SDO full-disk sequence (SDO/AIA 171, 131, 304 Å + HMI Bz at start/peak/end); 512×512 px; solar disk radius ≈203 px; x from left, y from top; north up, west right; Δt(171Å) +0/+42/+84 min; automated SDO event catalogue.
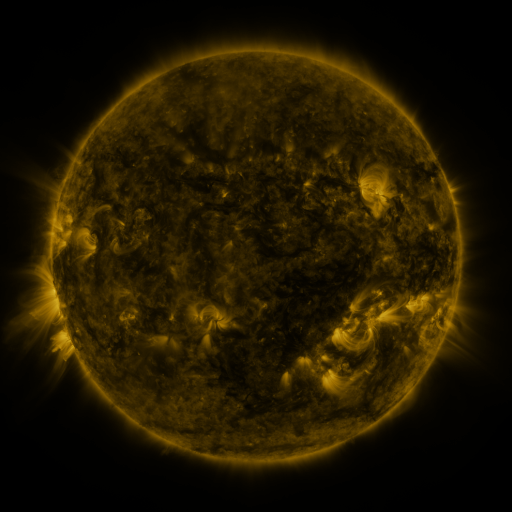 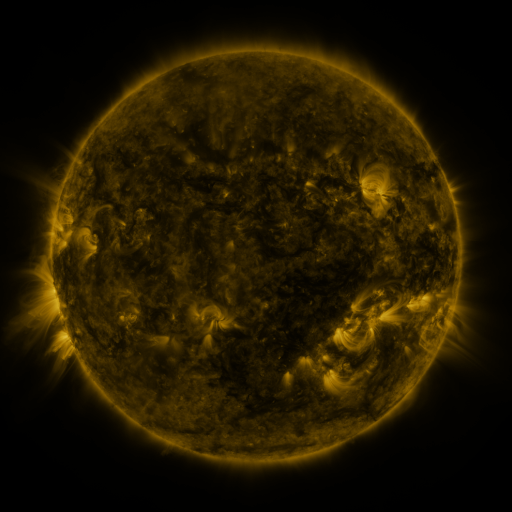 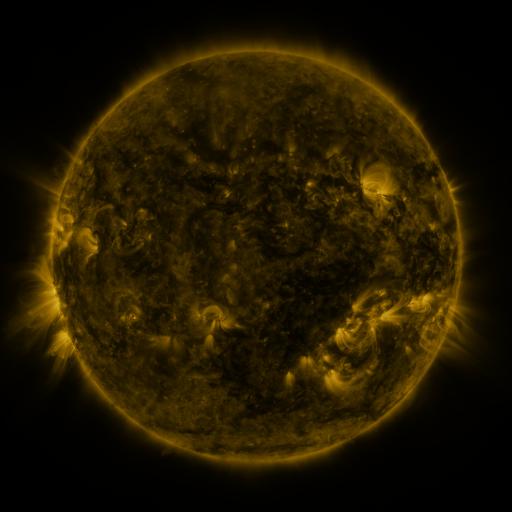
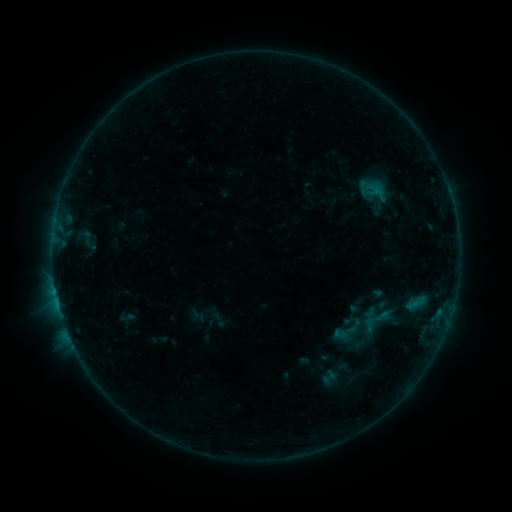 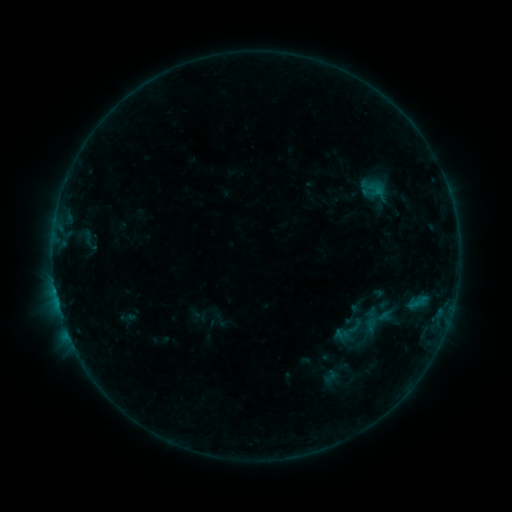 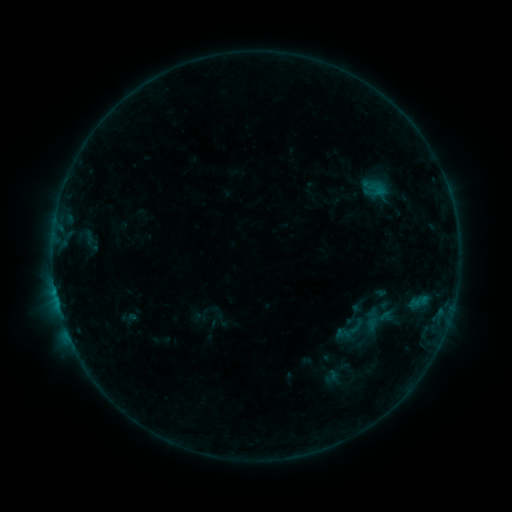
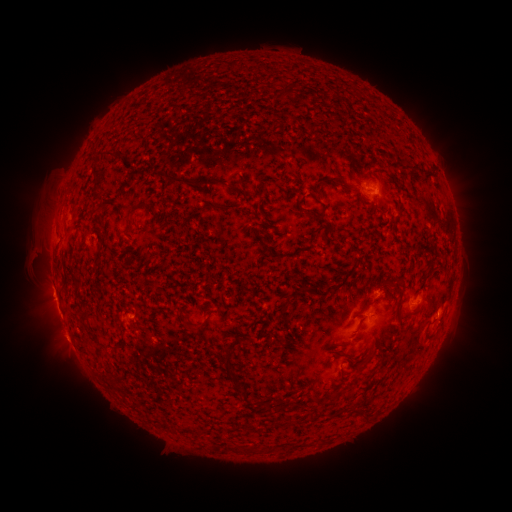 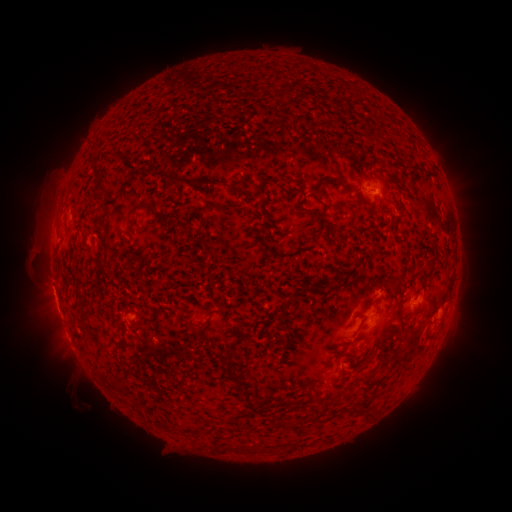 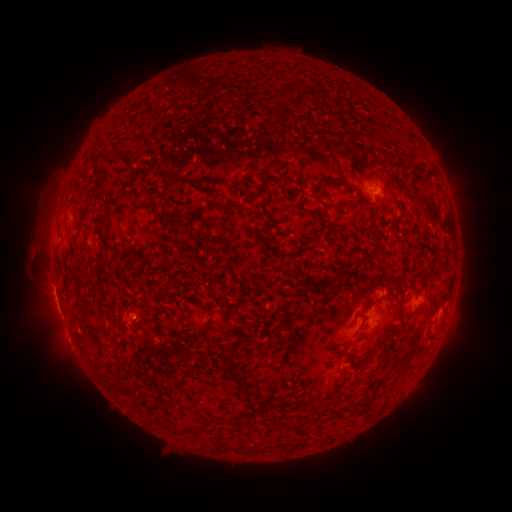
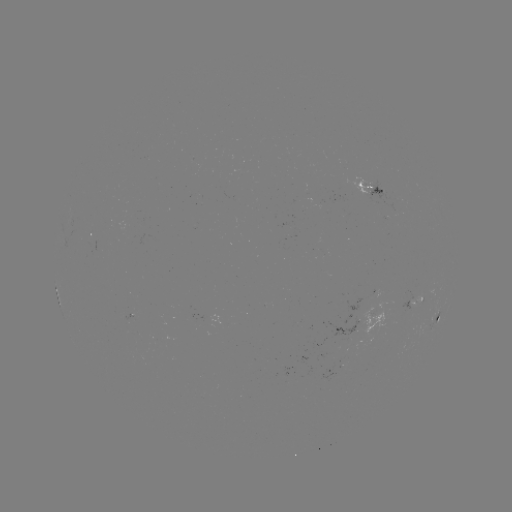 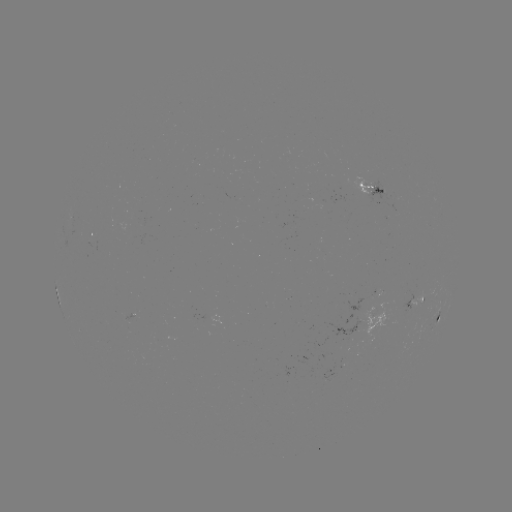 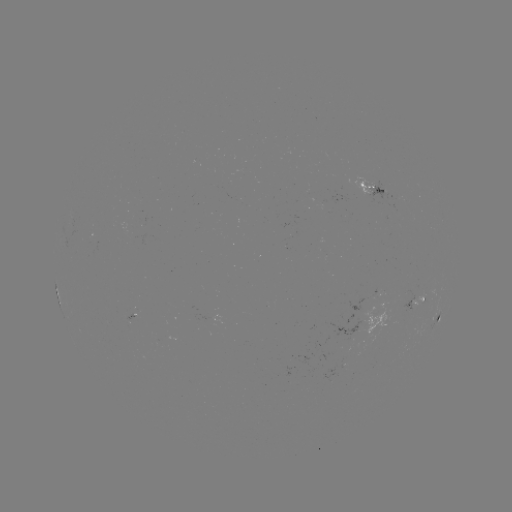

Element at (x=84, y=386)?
filament eruption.